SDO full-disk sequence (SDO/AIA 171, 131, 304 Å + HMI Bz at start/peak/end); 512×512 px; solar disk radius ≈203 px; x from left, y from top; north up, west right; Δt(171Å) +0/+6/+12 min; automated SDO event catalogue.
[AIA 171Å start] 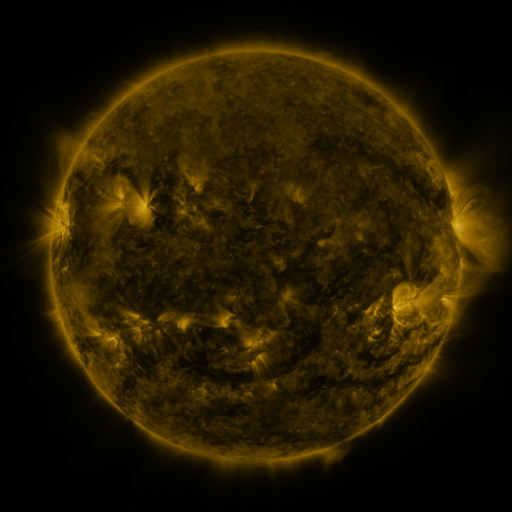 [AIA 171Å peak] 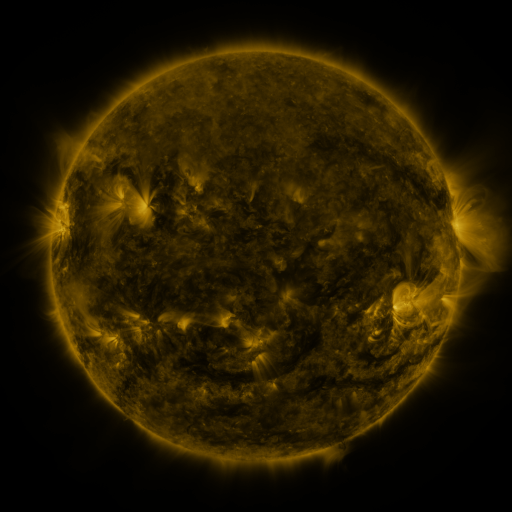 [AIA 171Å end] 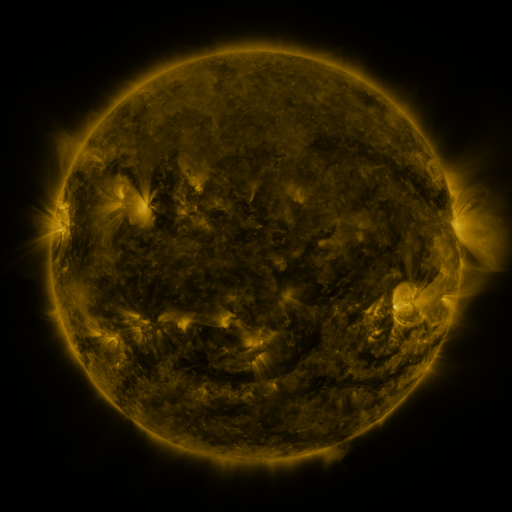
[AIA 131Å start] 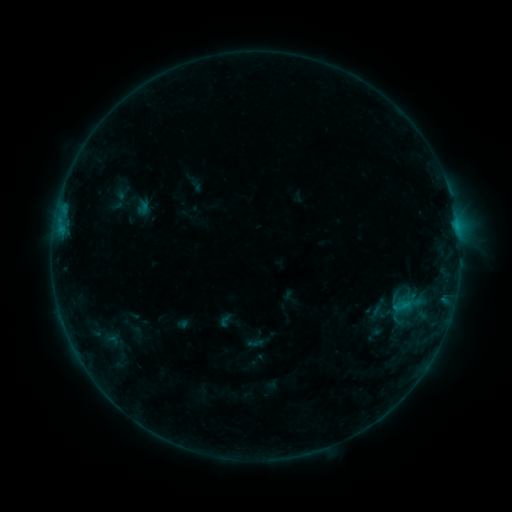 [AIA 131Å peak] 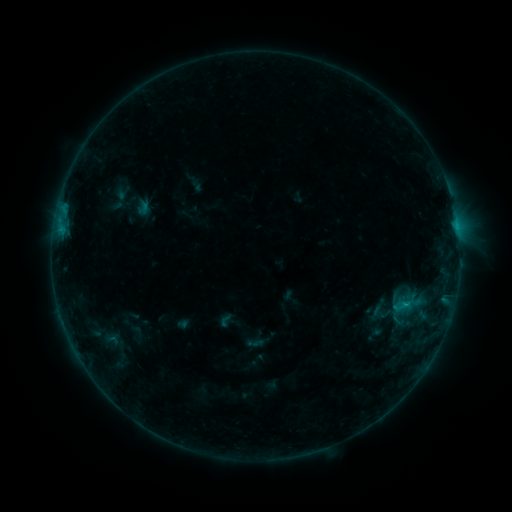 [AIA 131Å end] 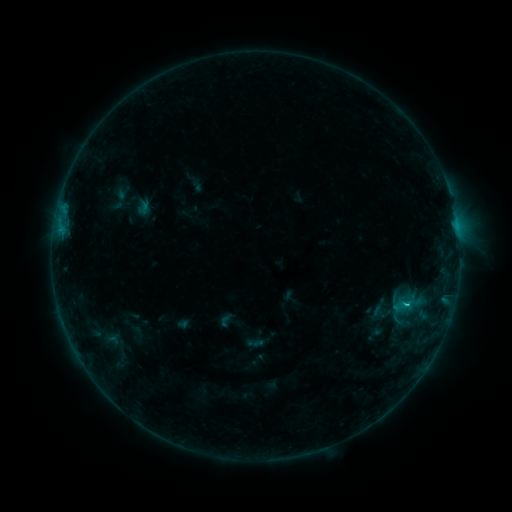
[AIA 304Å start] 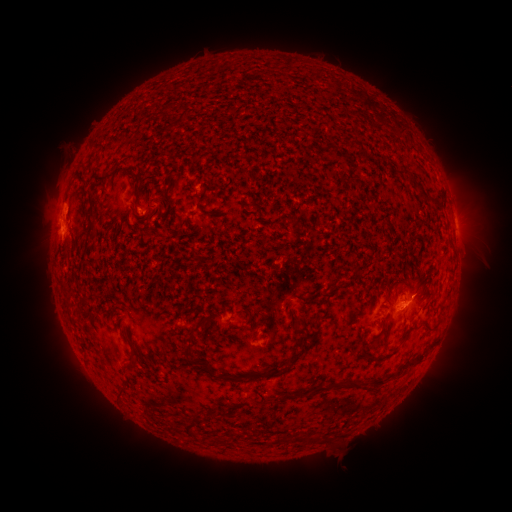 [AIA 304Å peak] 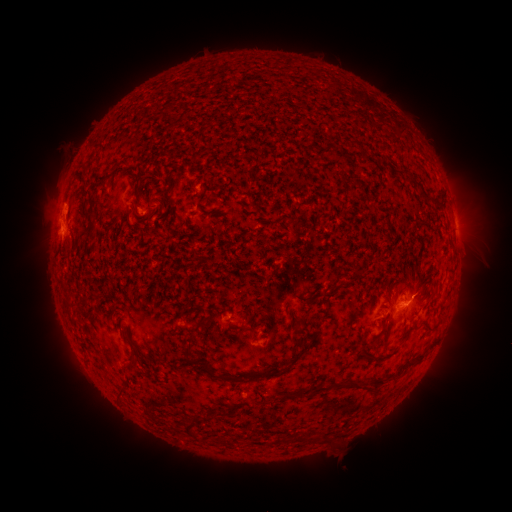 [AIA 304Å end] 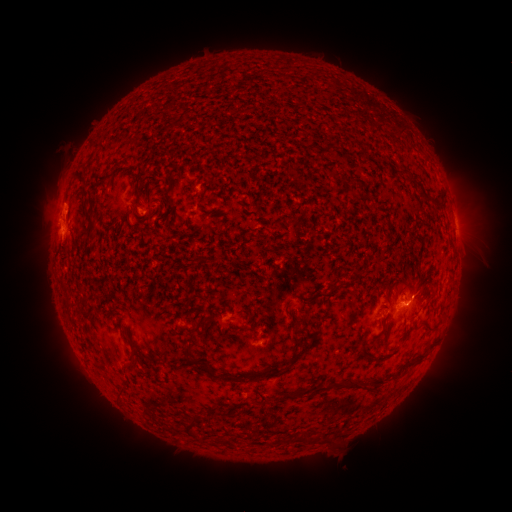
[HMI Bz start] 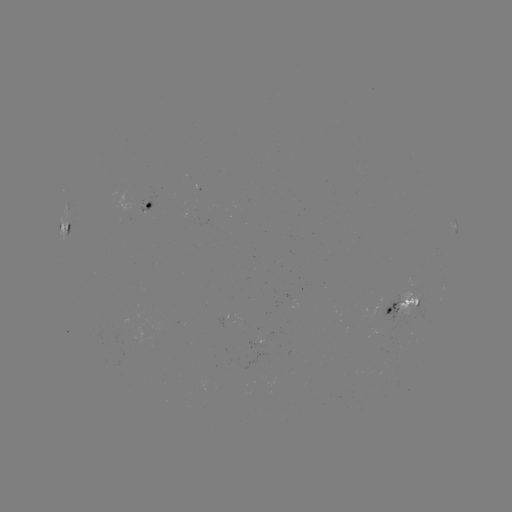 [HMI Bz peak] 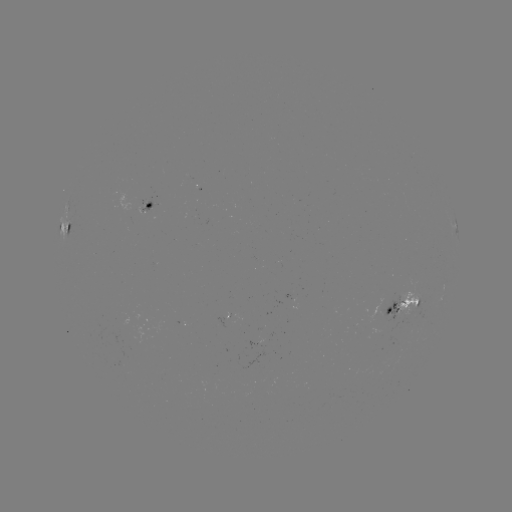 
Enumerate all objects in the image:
B7.7 flare: (405, 304)
